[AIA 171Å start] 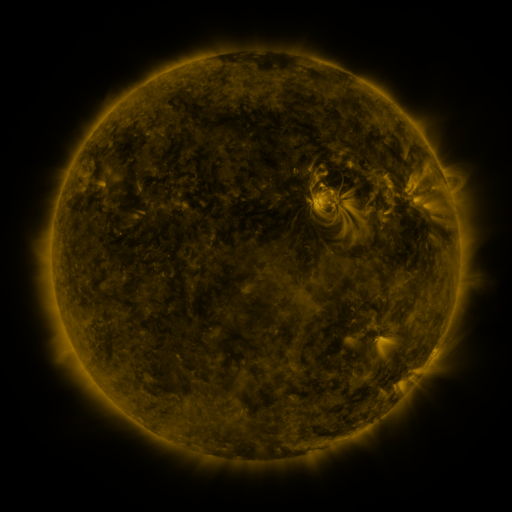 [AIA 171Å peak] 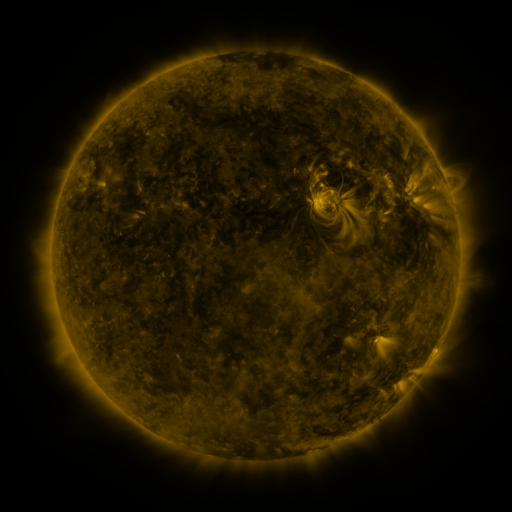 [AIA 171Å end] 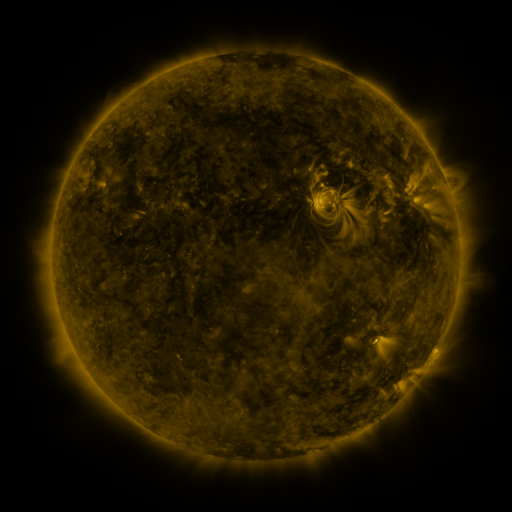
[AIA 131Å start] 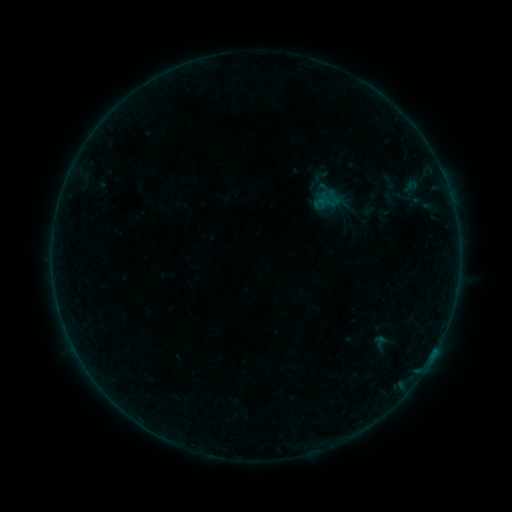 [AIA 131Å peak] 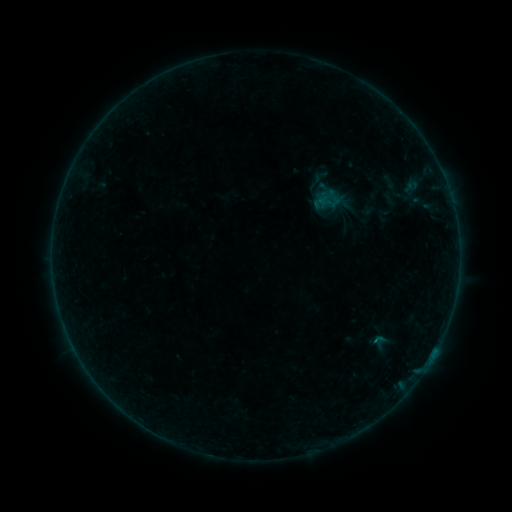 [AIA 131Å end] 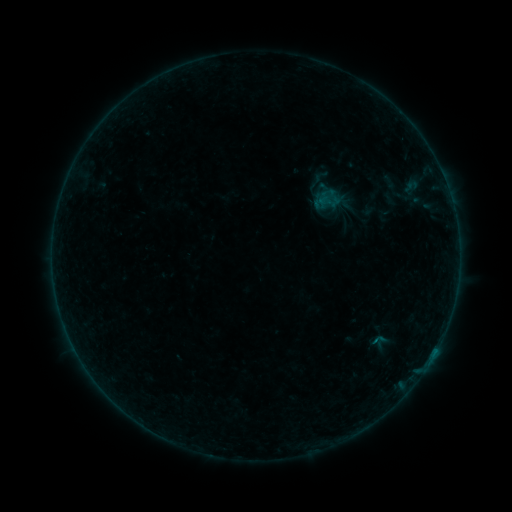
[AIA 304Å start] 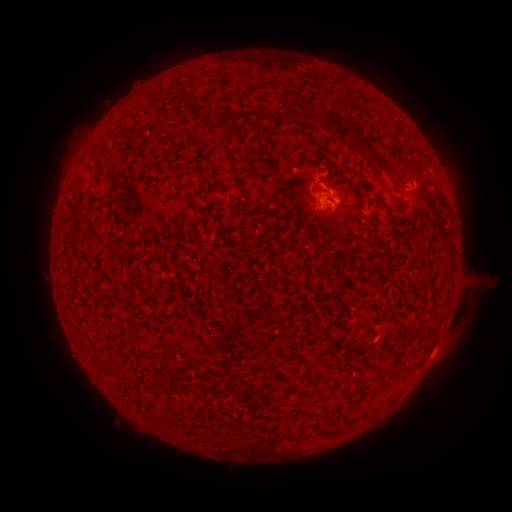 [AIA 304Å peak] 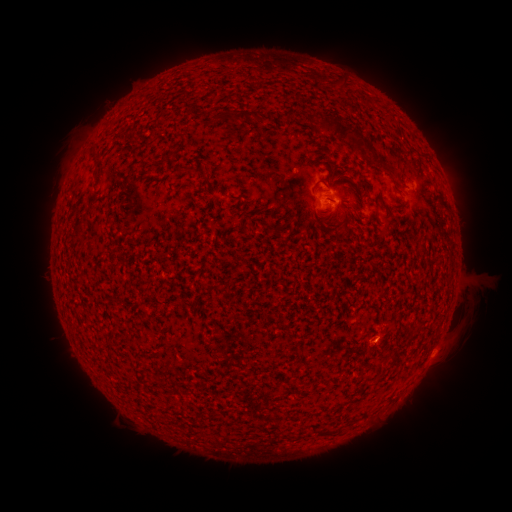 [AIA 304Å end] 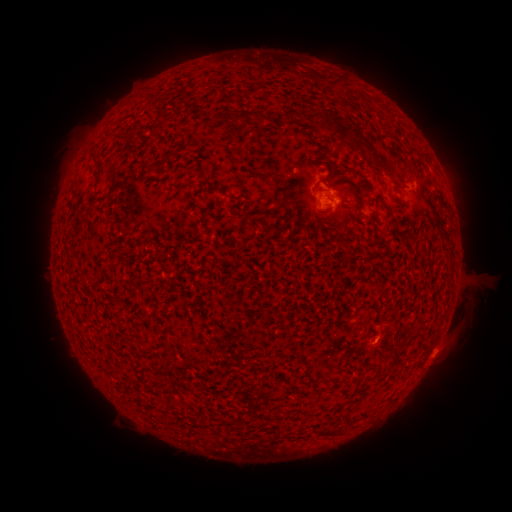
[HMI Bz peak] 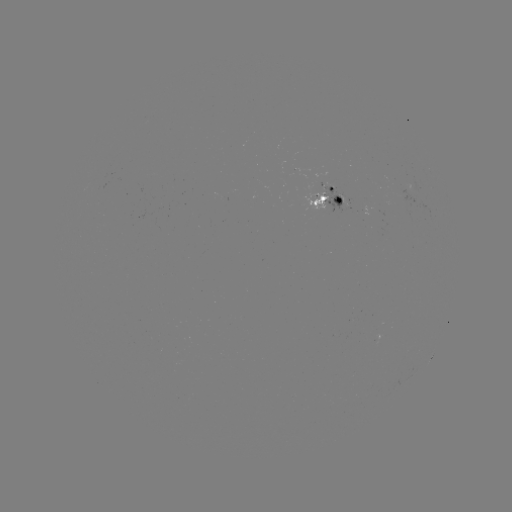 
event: flare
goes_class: B1.5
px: (375, 341)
